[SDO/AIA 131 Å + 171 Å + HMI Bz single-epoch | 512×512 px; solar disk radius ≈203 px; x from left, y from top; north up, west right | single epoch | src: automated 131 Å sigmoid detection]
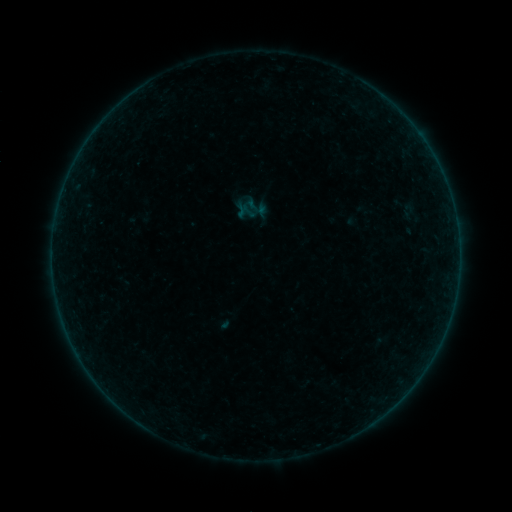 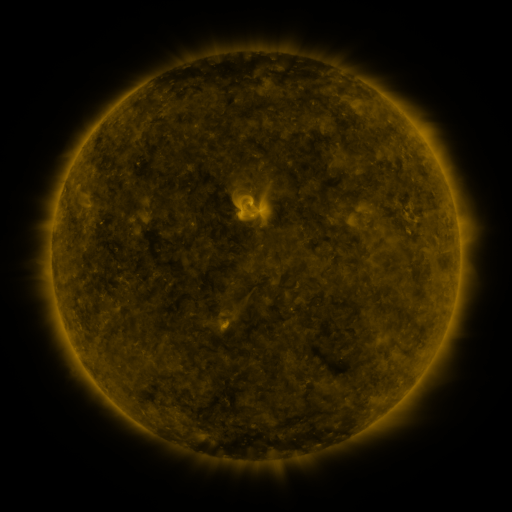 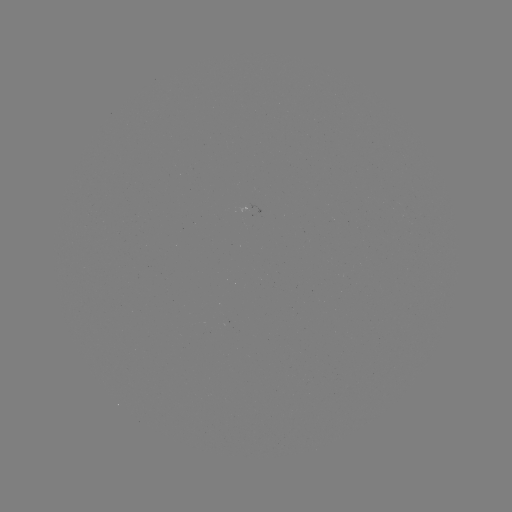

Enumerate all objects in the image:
sigmoid: (256, 207)
